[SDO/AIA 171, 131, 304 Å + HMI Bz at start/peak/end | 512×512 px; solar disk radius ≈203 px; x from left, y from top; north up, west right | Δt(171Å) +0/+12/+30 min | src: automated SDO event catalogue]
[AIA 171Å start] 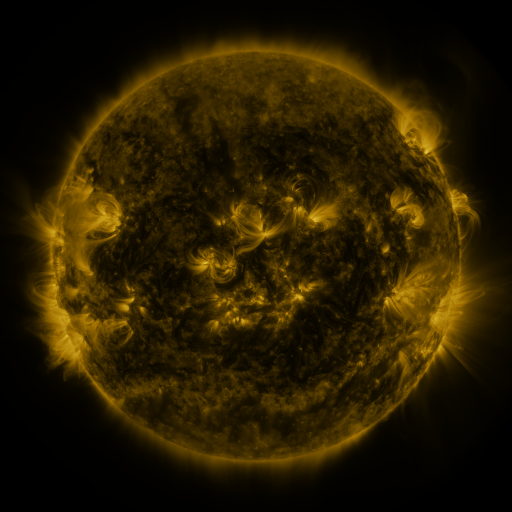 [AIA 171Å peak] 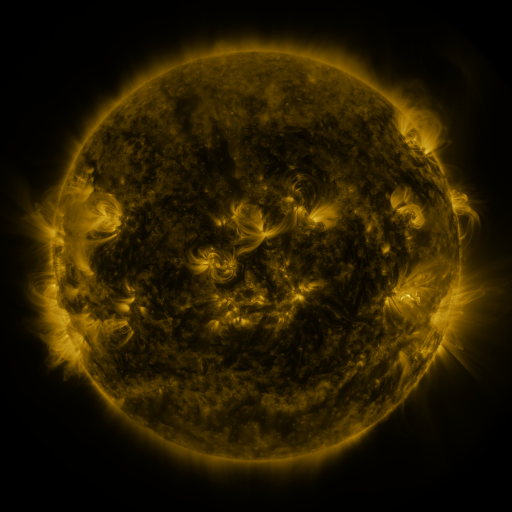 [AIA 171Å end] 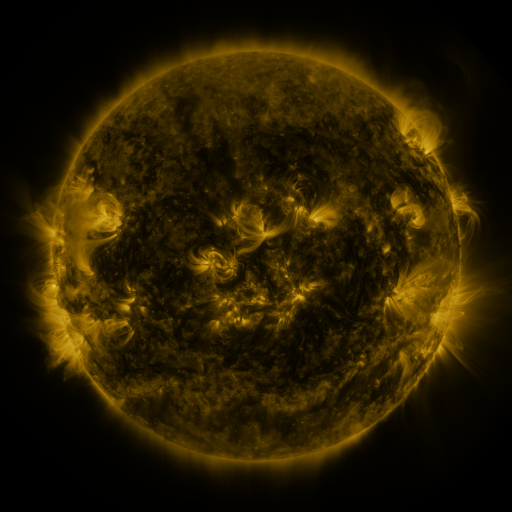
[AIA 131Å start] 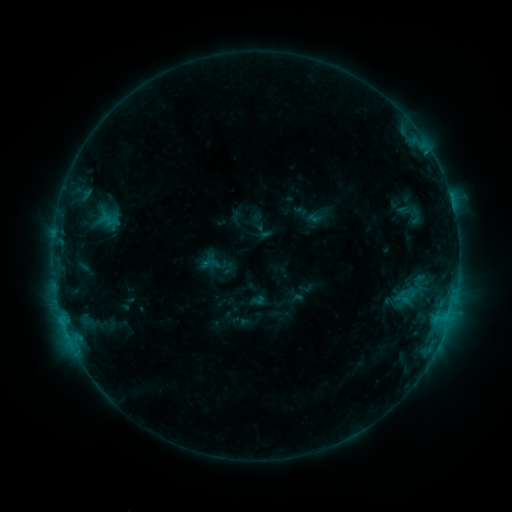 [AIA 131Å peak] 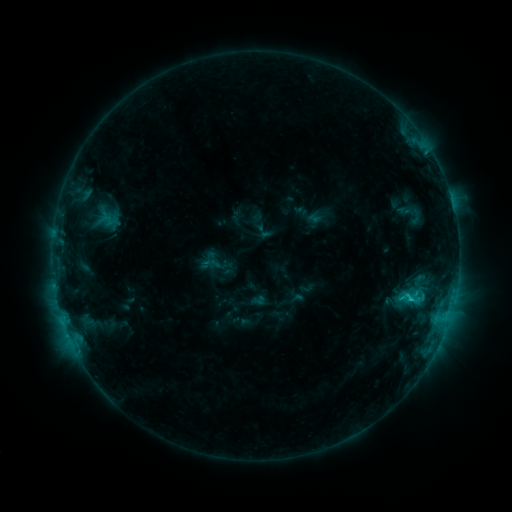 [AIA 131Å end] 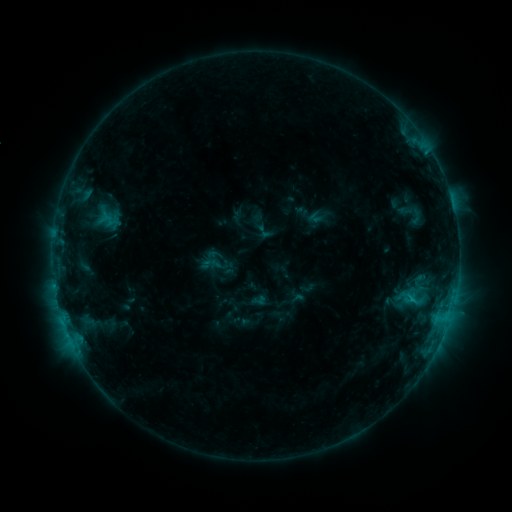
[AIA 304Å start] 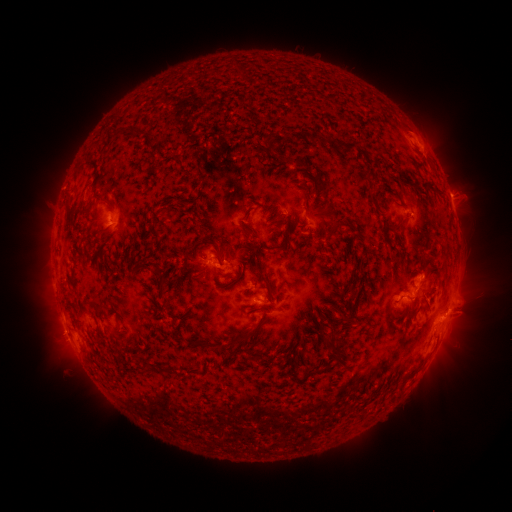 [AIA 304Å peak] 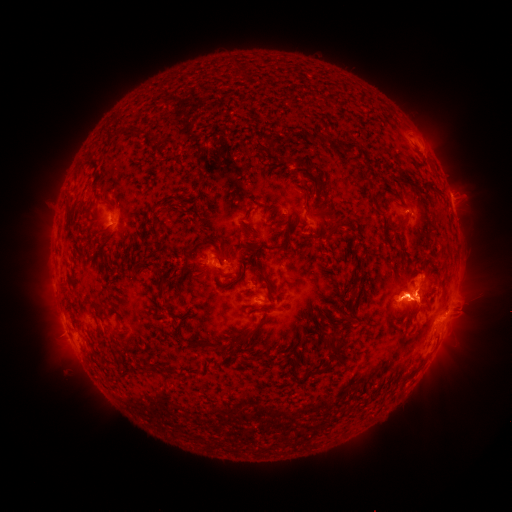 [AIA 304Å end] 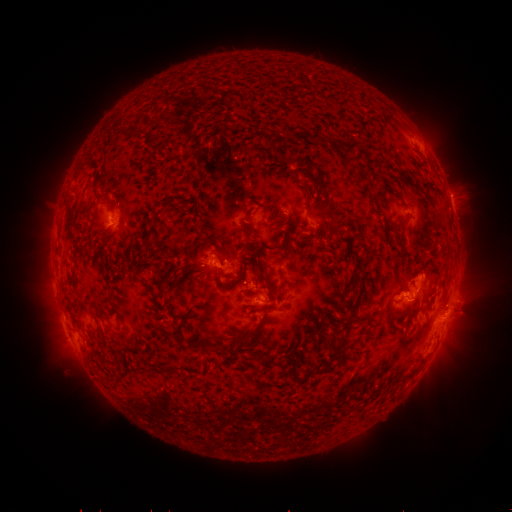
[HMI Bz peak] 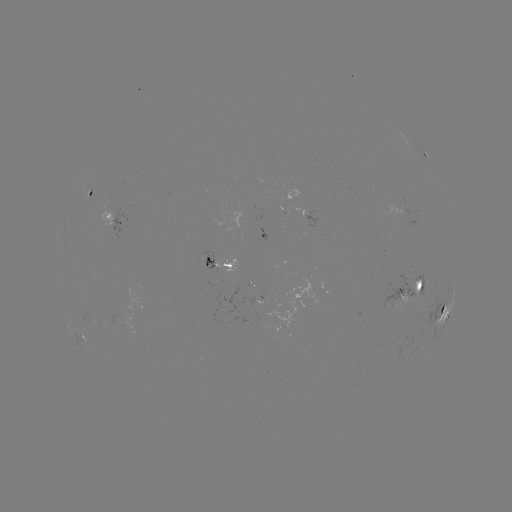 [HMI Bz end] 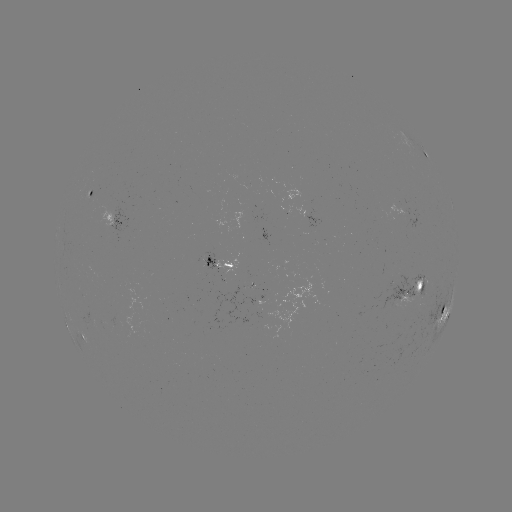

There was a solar flare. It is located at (410, 297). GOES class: C1.8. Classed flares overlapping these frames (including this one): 1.